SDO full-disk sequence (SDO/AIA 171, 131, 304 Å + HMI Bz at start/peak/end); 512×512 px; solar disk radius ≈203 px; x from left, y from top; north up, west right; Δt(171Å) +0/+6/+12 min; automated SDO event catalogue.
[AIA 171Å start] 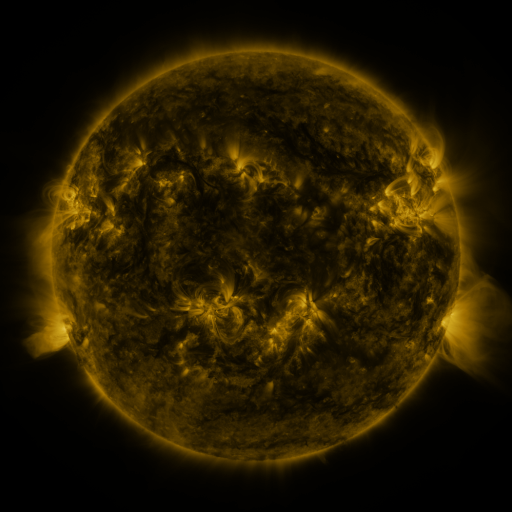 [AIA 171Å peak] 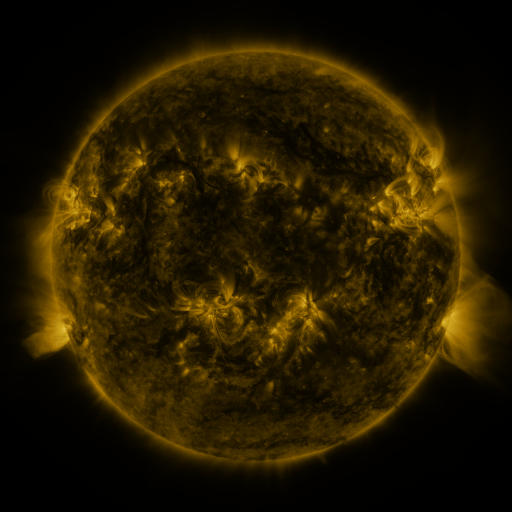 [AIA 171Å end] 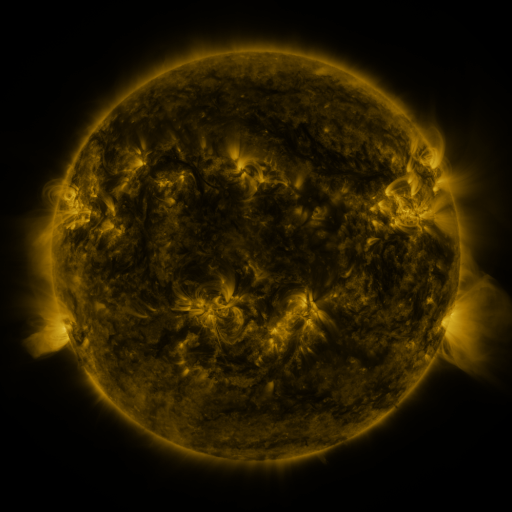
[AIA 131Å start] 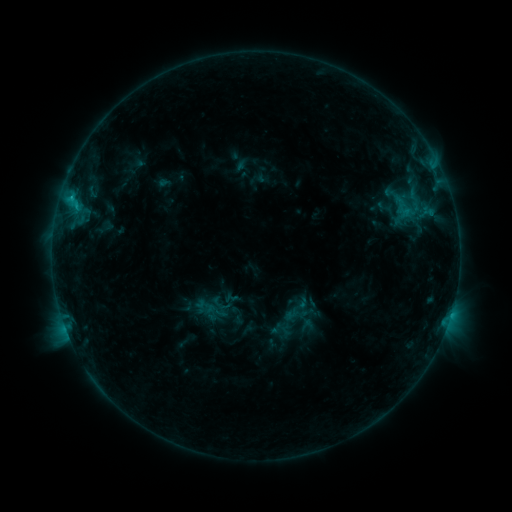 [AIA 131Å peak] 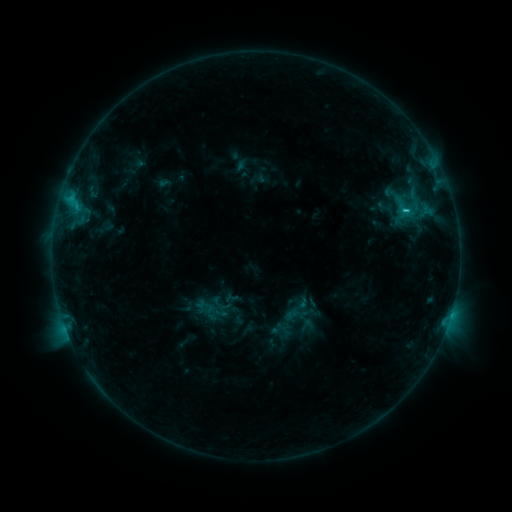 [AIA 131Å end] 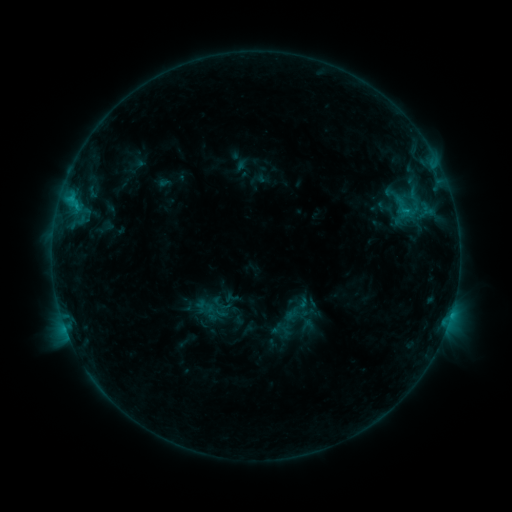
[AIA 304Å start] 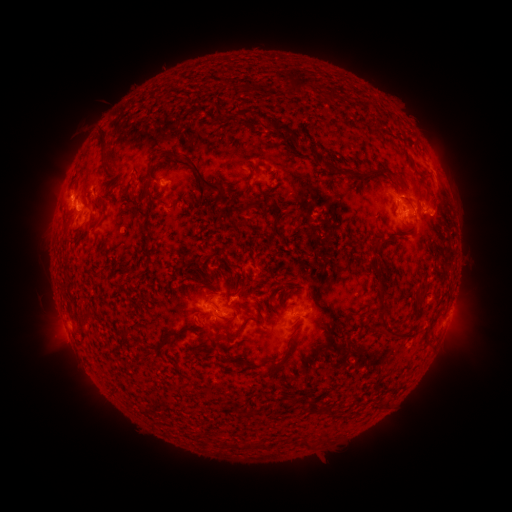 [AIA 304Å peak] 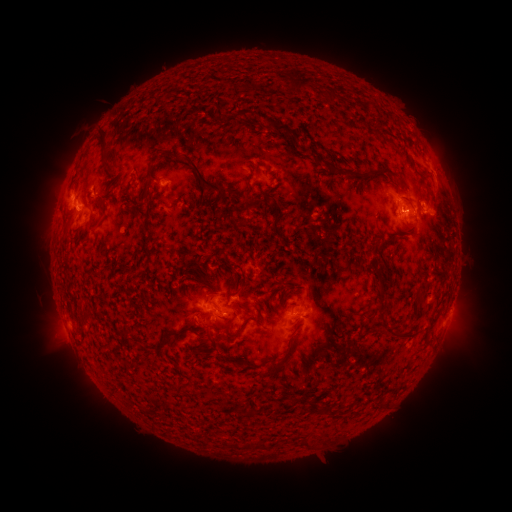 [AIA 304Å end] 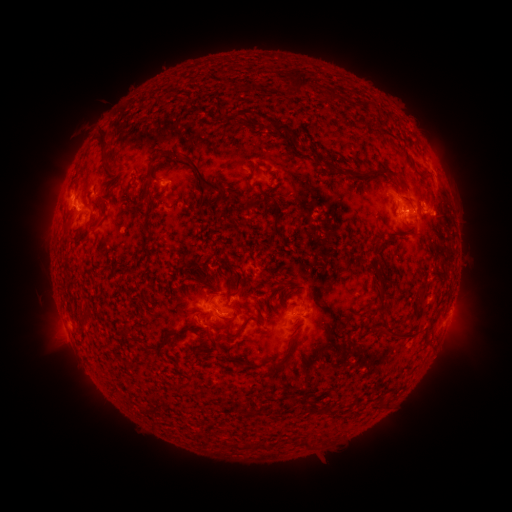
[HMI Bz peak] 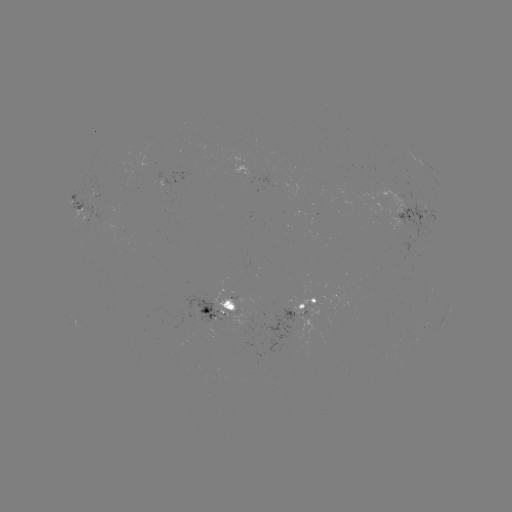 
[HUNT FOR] C1.4 flare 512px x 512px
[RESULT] (405, 211)